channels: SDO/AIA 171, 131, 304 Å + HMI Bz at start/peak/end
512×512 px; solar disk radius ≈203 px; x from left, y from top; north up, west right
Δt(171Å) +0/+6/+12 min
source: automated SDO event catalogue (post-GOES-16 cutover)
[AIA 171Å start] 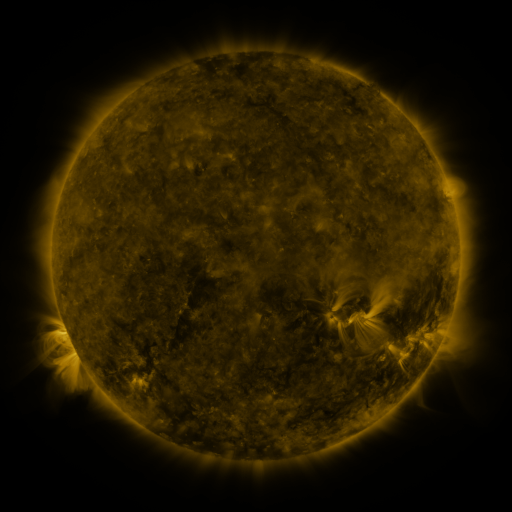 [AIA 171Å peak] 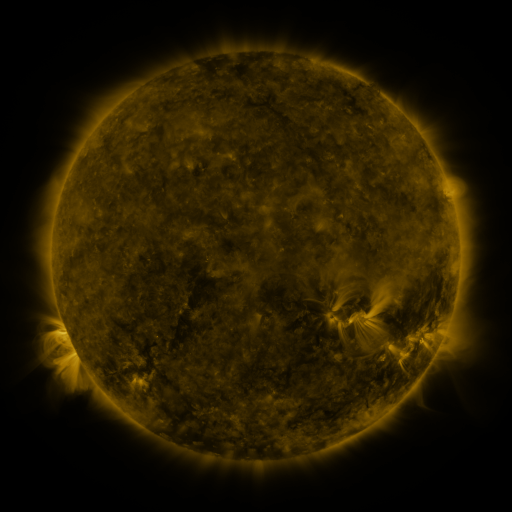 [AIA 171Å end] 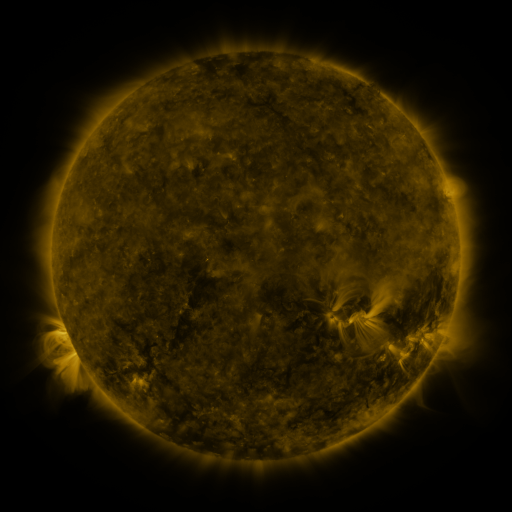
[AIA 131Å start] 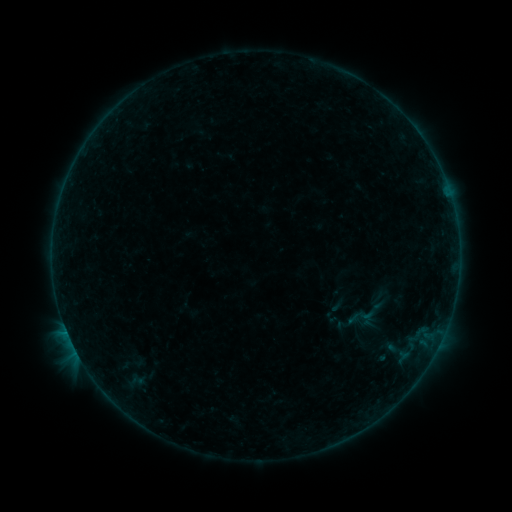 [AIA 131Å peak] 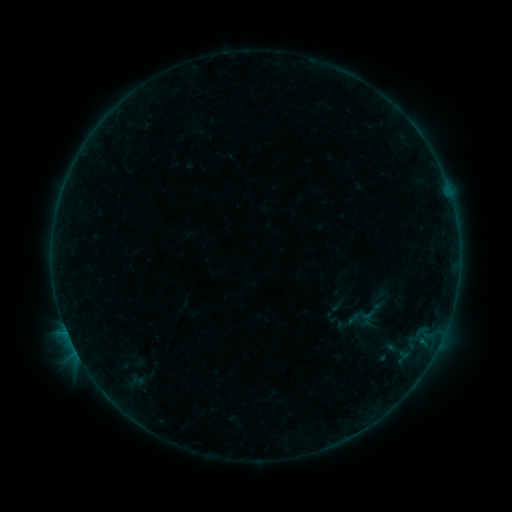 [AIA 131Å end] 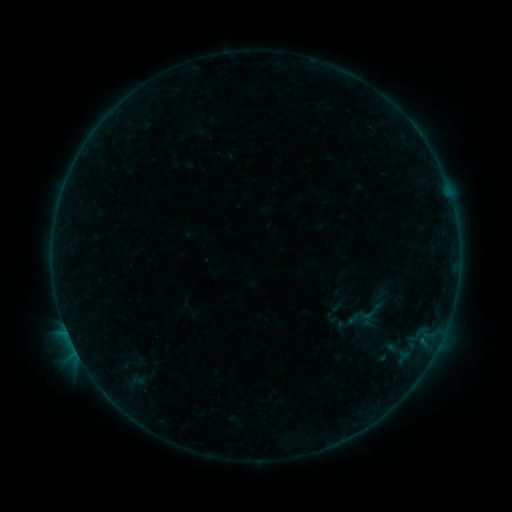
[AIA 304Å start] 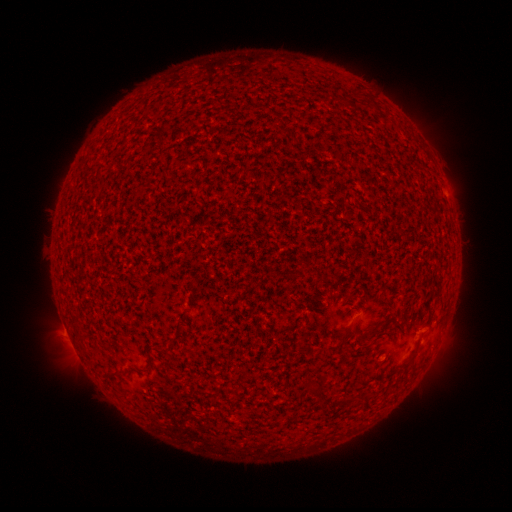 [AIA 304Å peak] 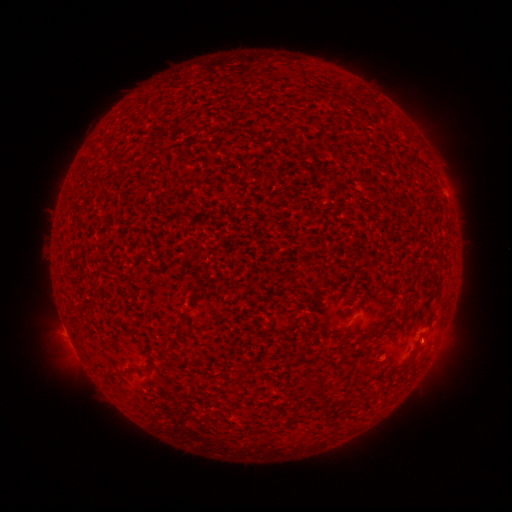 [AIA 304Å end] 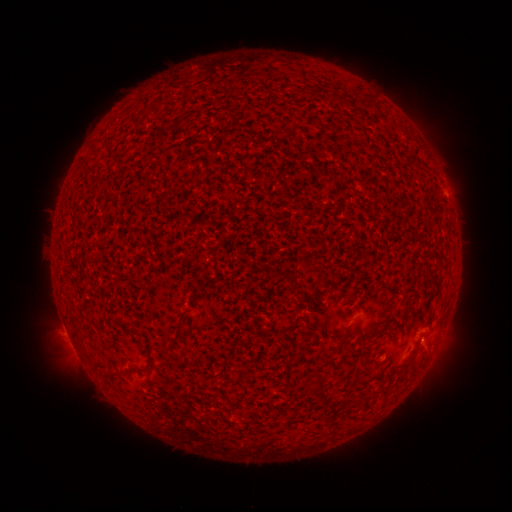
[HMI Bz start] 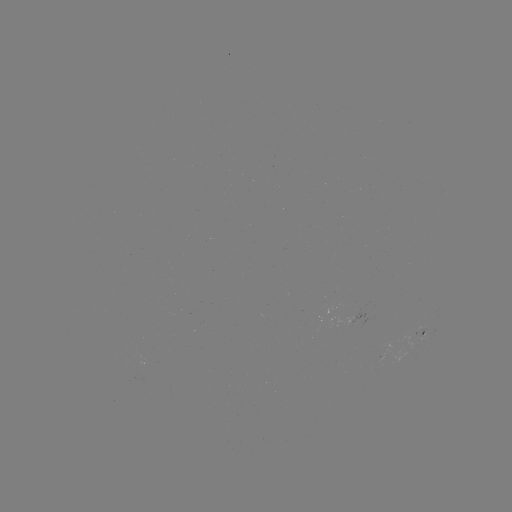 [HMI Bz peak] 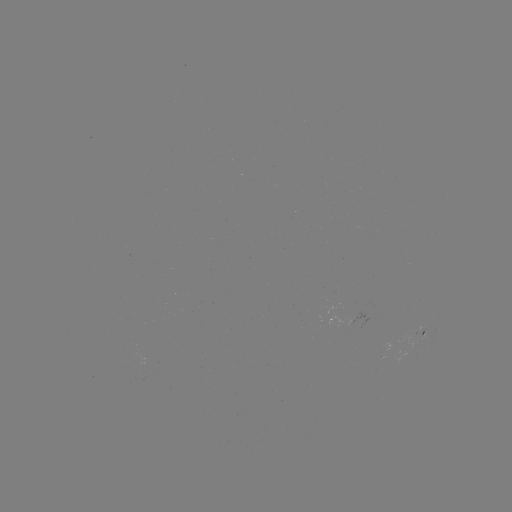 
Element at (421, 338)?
B1.4 flare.